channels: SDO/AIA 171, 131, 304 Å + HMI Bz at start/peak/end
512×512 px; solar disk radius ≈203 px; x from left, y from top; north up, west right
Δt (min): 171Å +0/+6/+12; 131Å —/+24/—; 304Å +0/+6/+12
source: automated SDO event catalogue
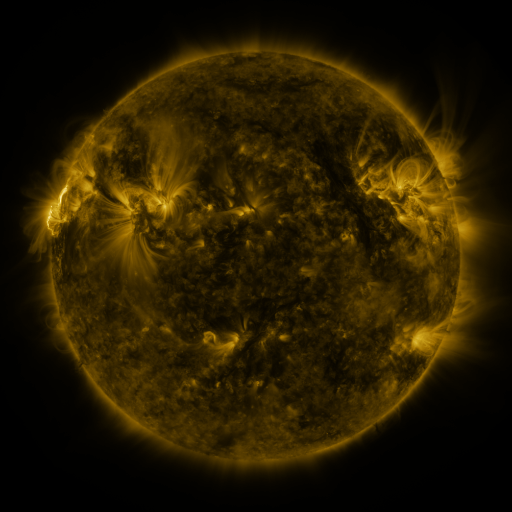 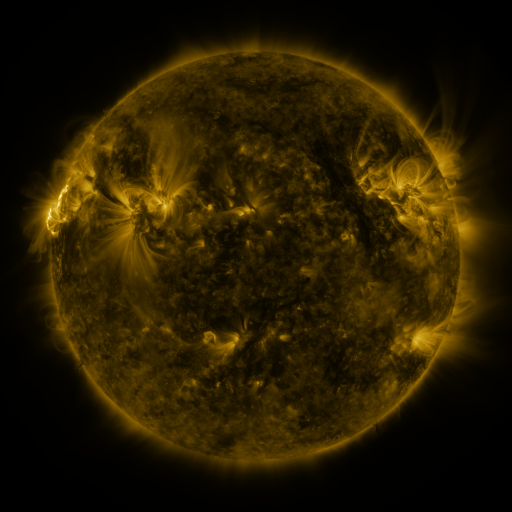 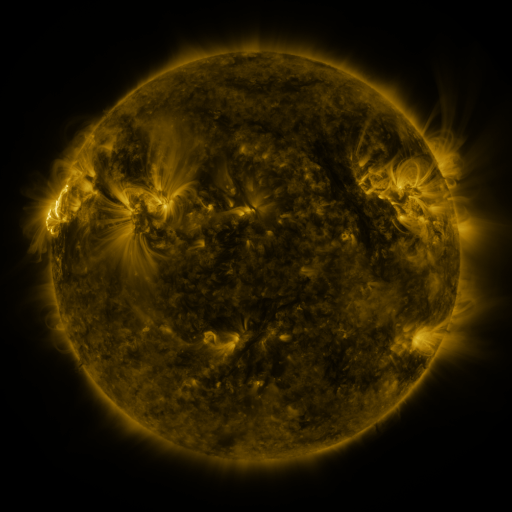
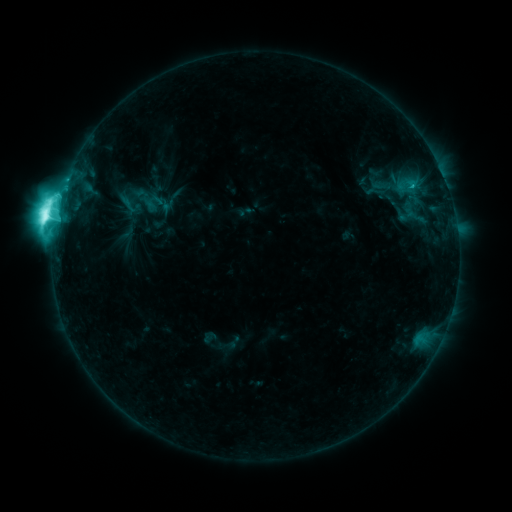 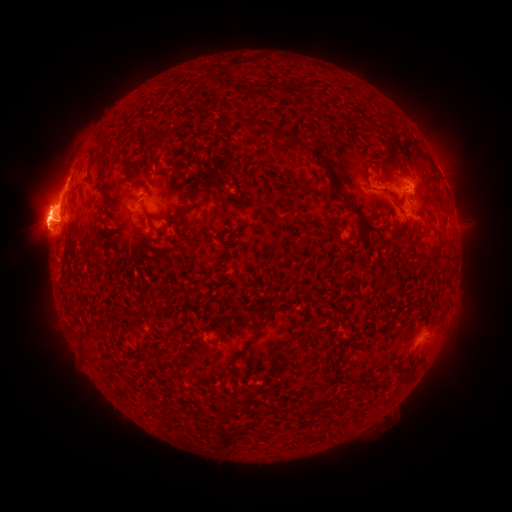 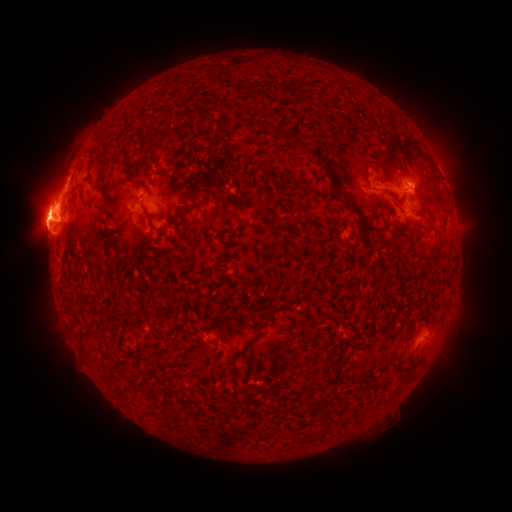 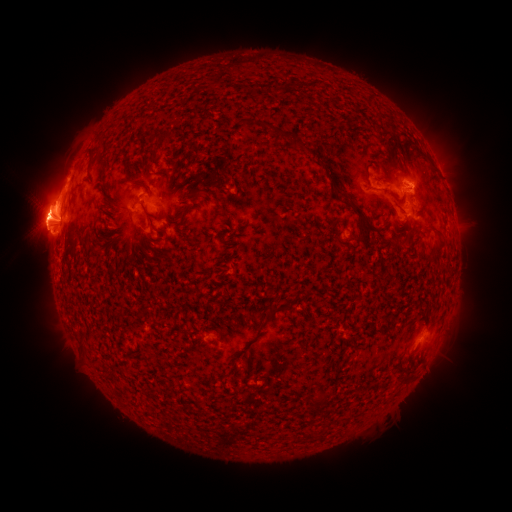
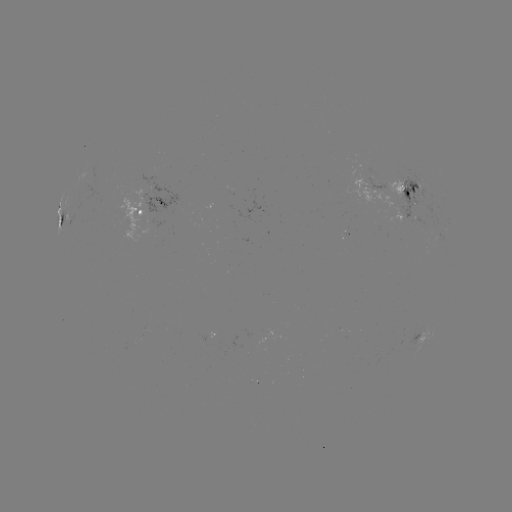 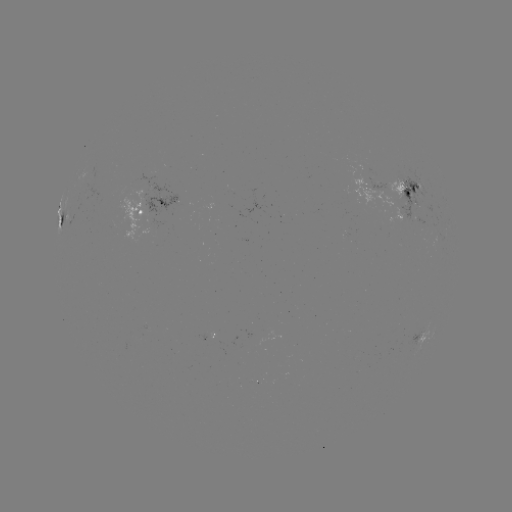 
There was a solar eruption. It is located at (44, 202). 